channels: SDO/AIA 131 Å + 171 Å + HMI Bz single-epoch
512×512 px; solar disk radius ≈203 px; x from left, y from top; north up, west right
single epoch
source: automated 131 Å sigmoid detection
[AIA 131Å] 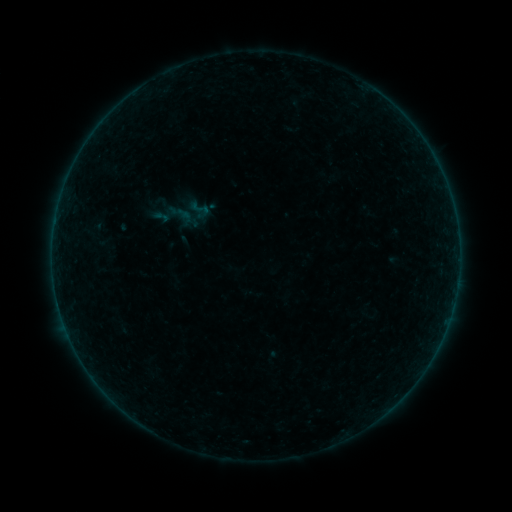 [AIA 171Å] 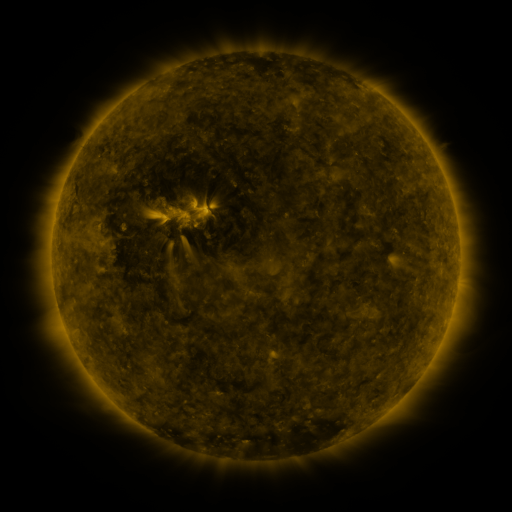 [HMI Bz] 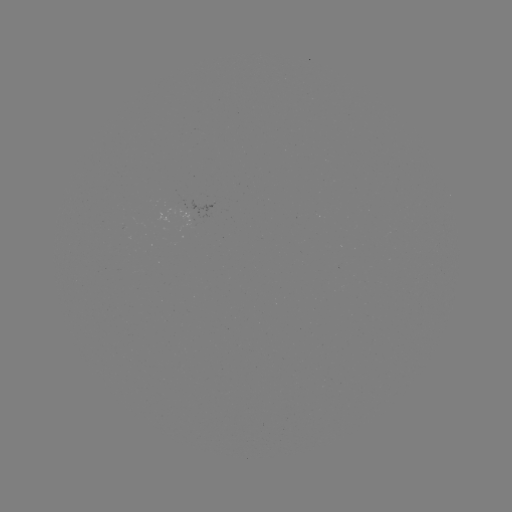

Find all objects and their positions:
sigmoid: <bbox>189, 198, 211, 219</bbox>
sigmoid: <bbox>167, 200, 195, 228</bbox>
